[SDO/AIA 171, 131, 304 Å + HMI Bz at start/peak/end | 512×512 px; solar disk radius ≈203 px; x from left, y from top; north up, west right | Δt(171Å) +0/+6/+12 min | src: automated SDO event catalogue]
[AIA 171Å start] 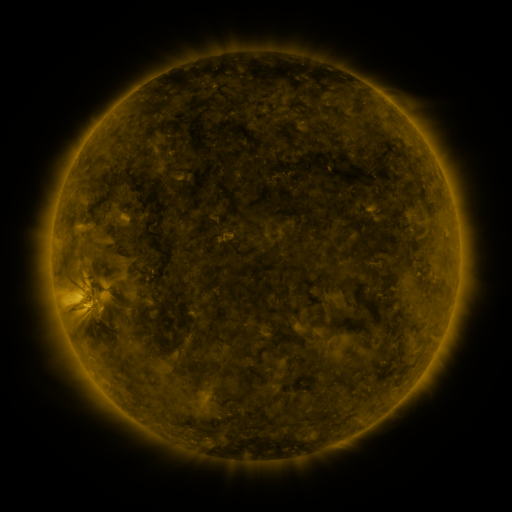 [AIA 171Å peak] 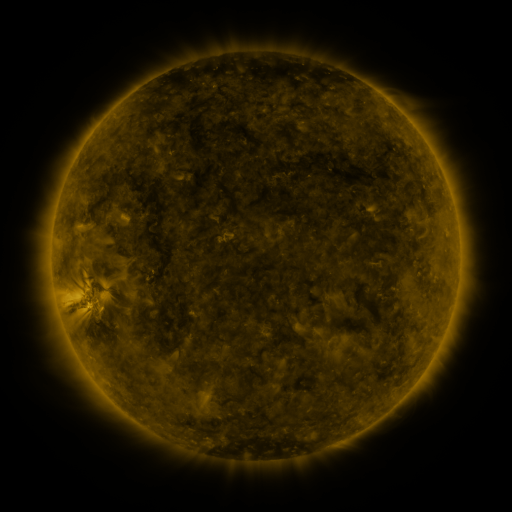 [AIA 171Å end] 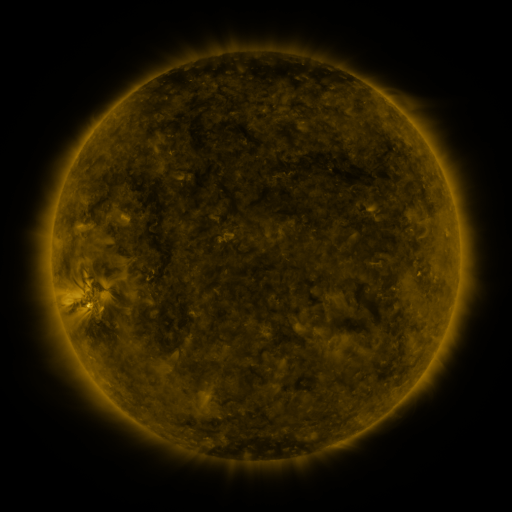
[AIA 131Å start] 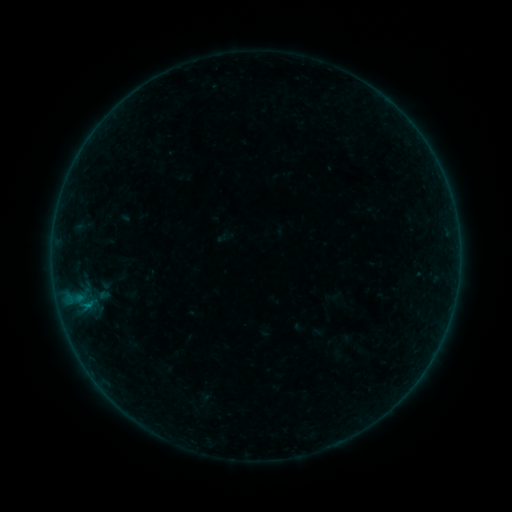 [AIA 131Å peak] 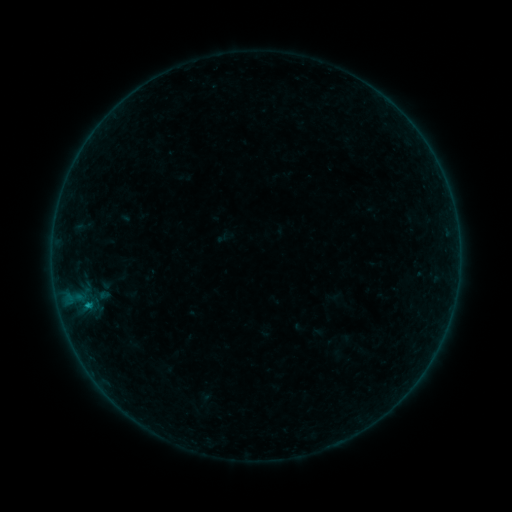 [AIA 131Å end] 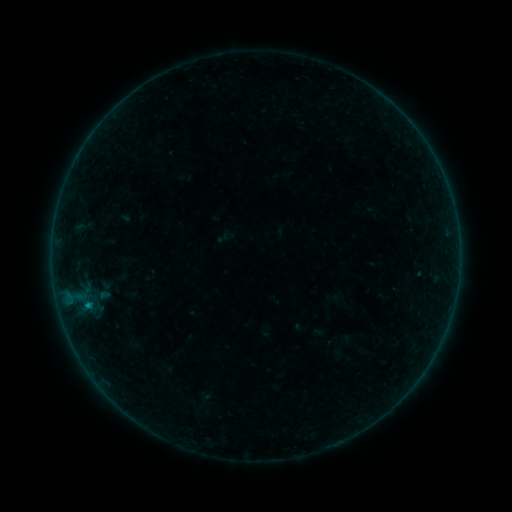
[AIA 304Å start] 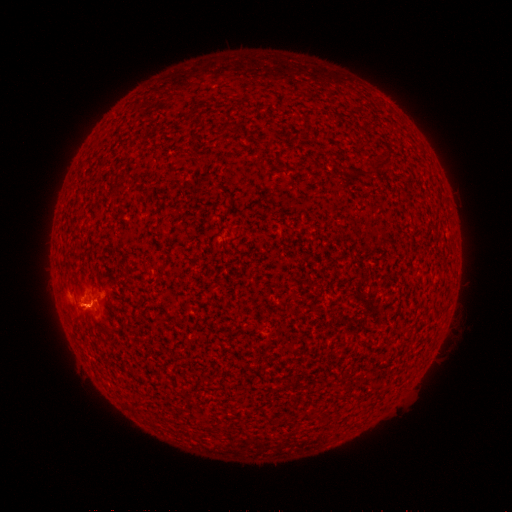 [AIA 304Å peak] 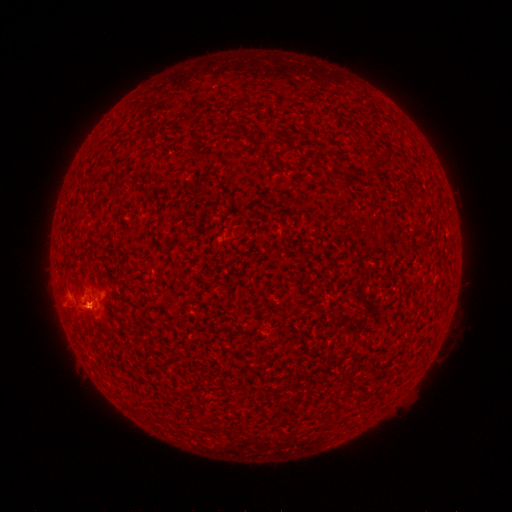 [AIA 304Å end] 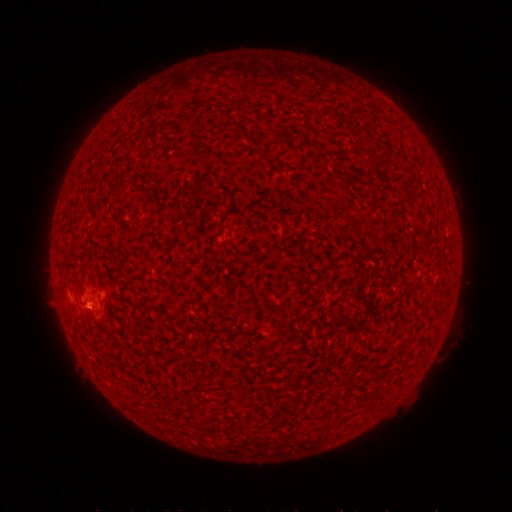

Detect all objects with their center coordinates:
B2.3 flare: (87, 302)
